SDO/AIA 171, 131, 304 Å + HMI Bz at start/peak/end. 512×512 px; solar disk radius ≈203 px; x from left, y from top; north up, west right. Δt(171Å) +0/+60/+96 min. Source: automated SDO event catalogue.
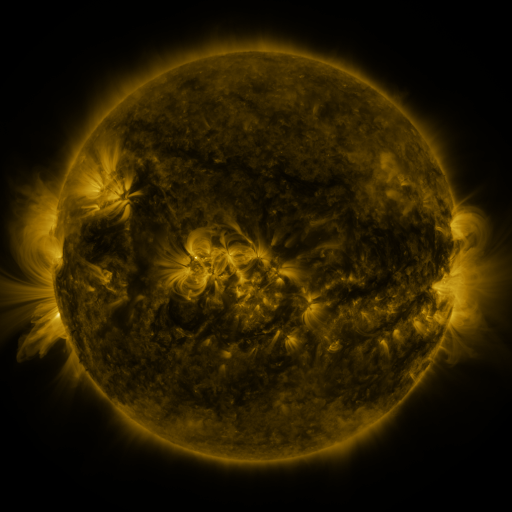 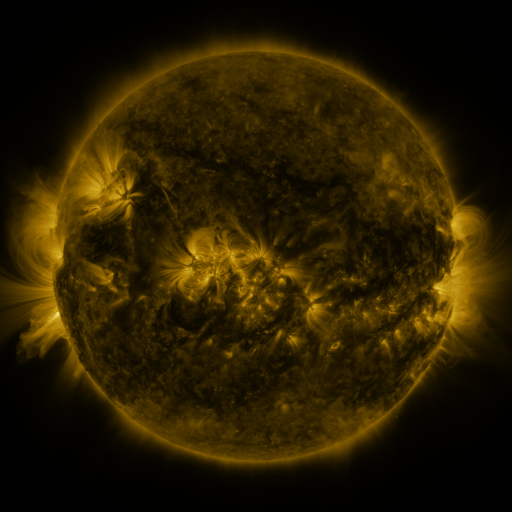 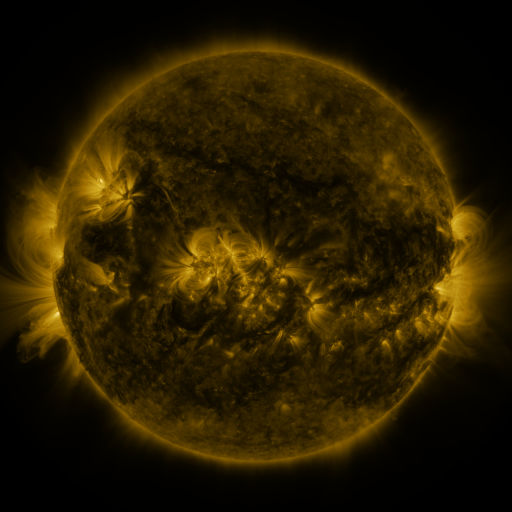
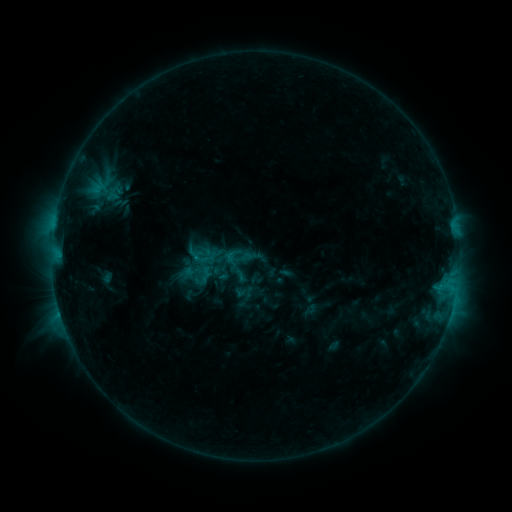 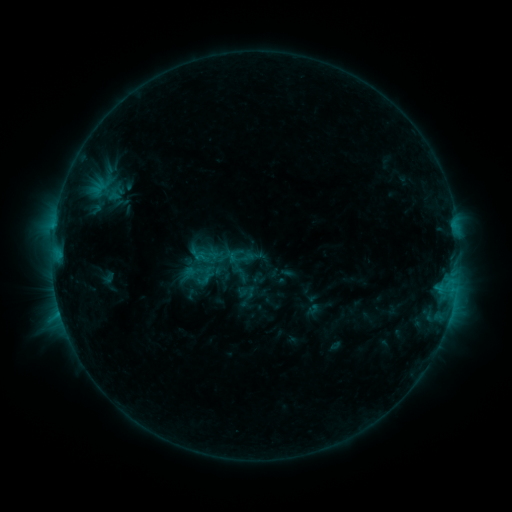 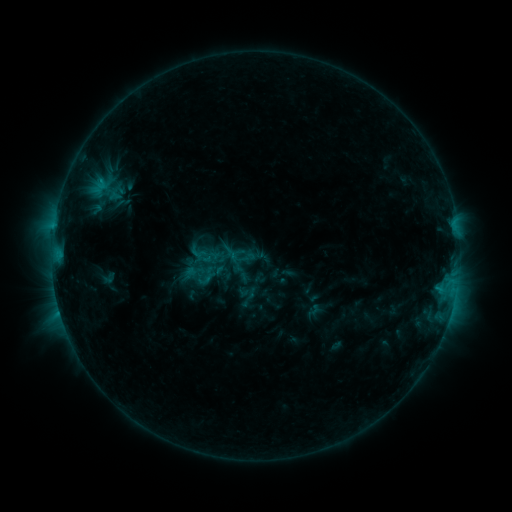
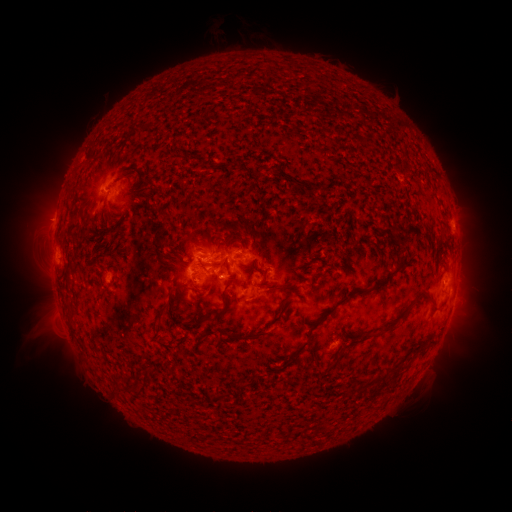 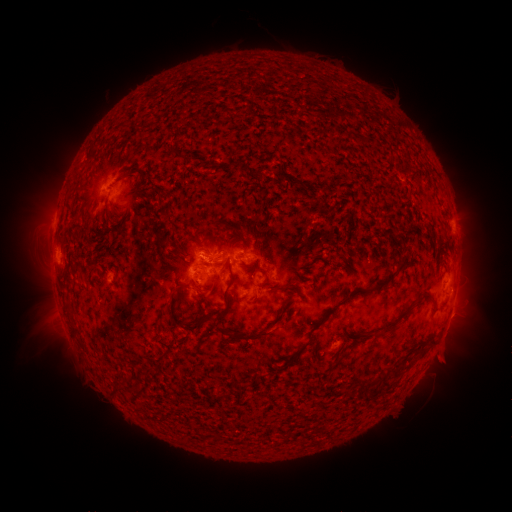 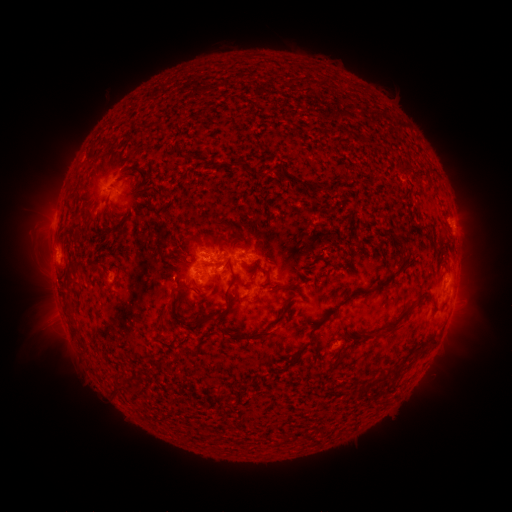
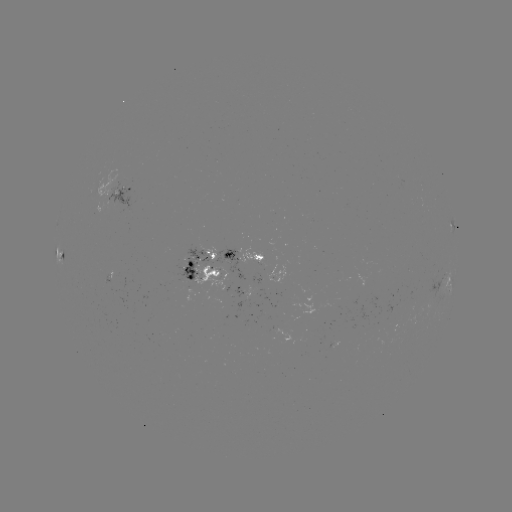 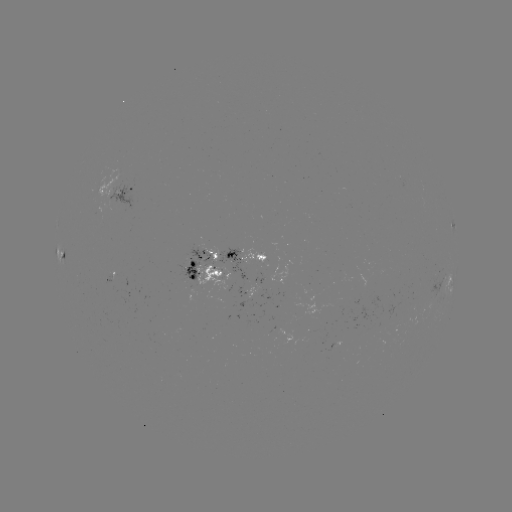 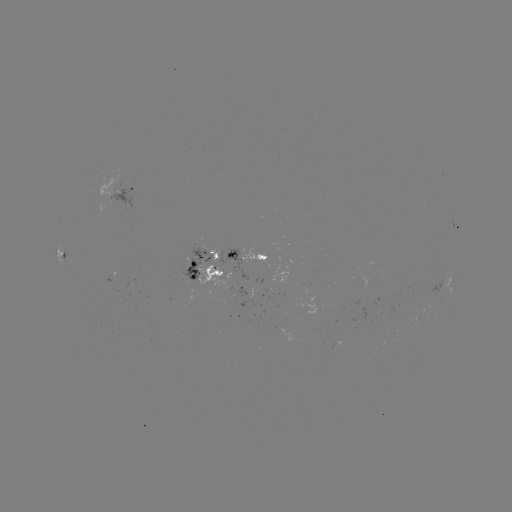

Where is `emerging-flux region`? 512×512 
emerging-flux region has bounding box [411, 299, 415, 311].